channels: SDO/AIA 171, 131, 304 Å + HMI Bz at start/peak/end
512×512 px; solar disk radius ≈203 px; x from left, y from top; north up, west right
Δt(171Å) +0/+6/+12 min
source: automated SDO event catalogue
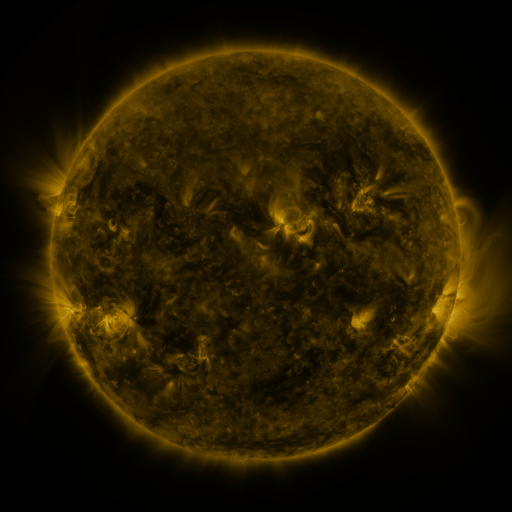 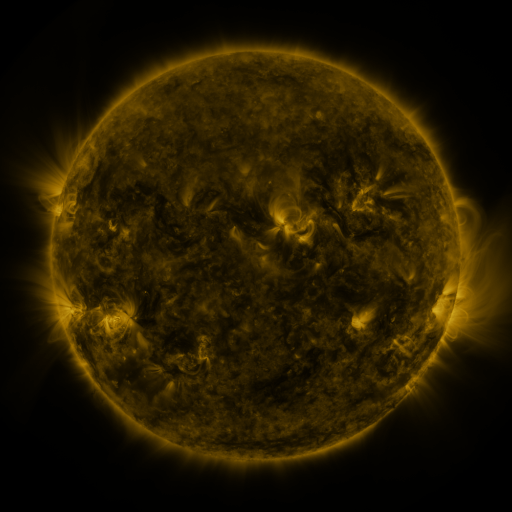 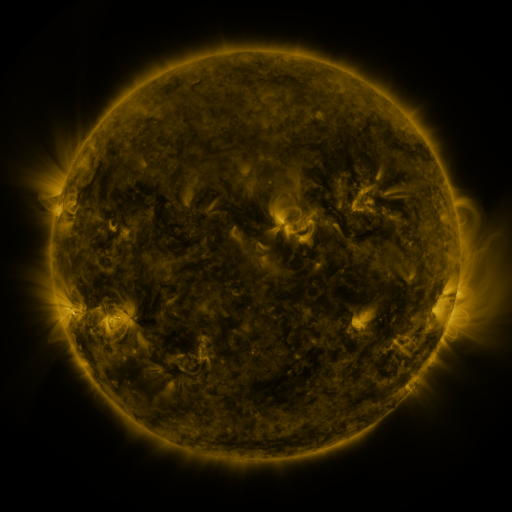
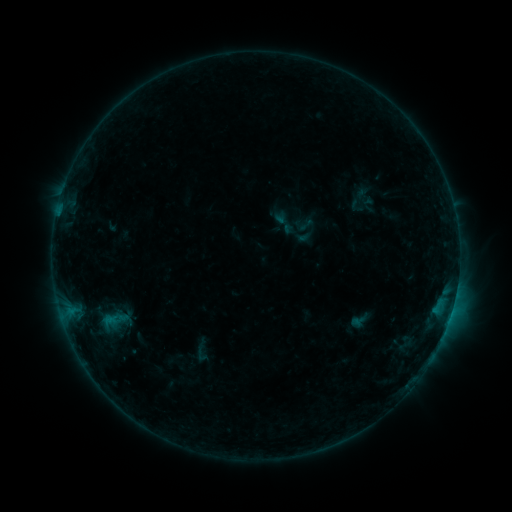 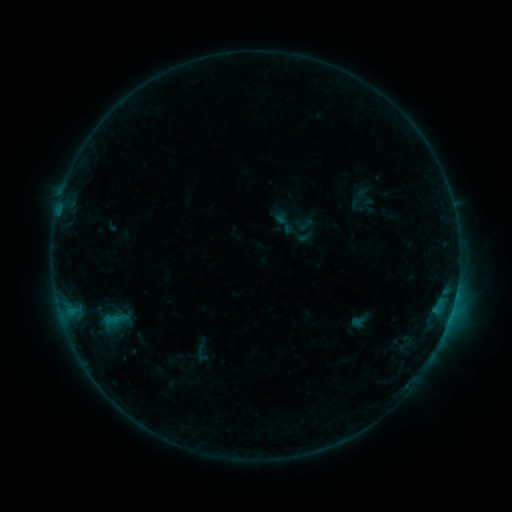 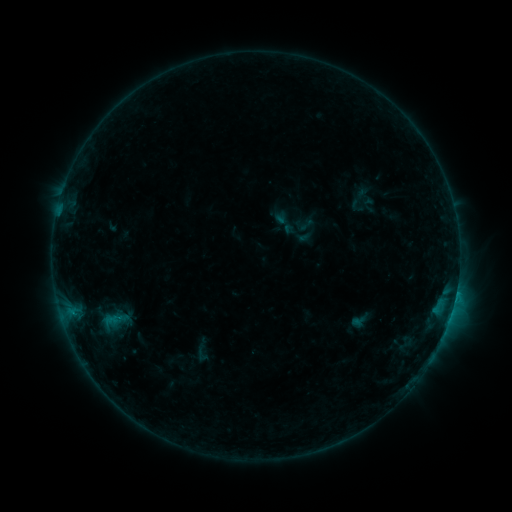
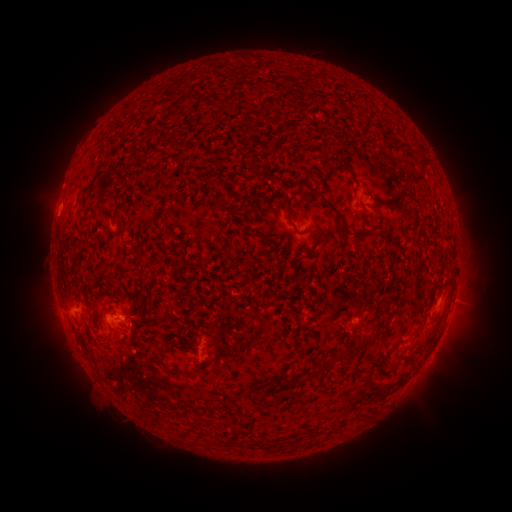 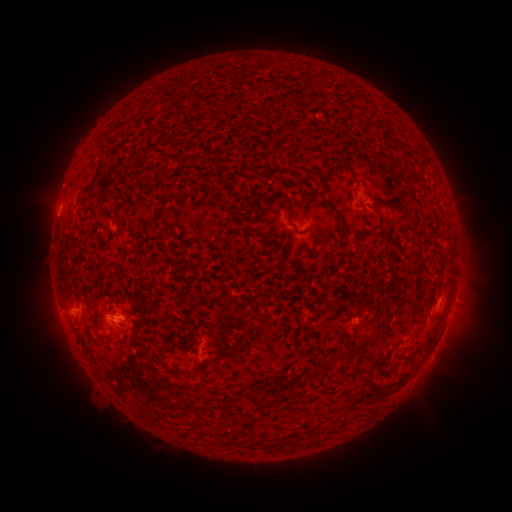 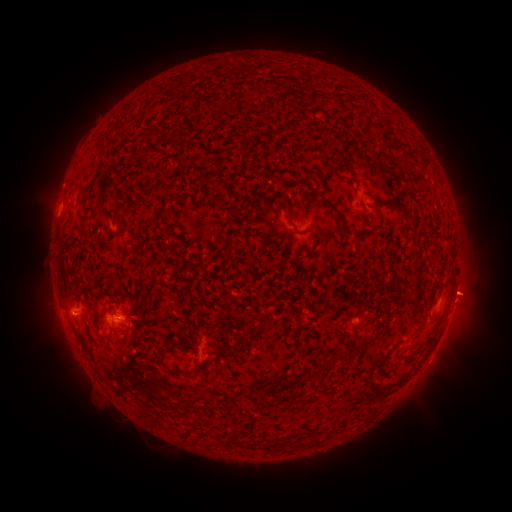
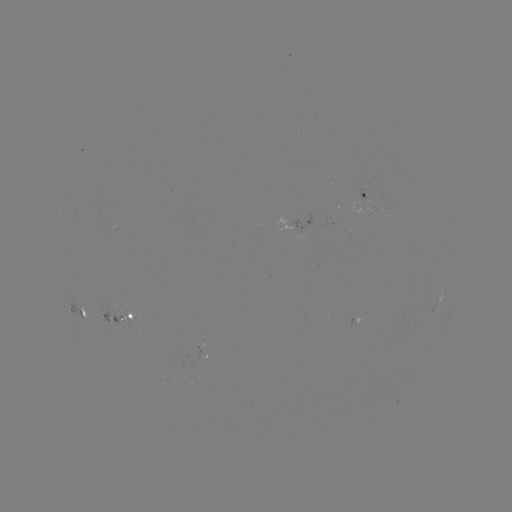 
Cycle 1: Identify eruption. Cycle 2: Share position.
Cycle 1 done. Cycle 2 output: [466, 292].